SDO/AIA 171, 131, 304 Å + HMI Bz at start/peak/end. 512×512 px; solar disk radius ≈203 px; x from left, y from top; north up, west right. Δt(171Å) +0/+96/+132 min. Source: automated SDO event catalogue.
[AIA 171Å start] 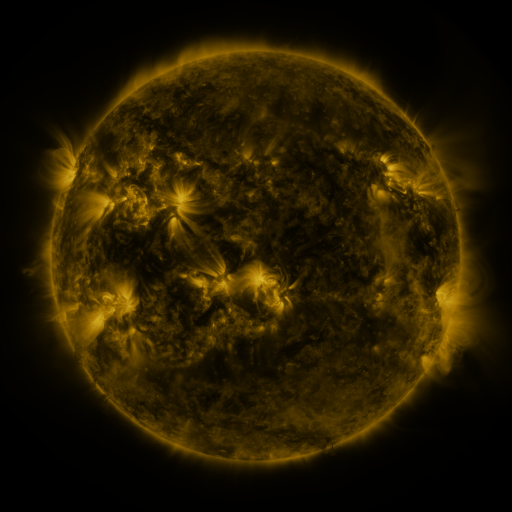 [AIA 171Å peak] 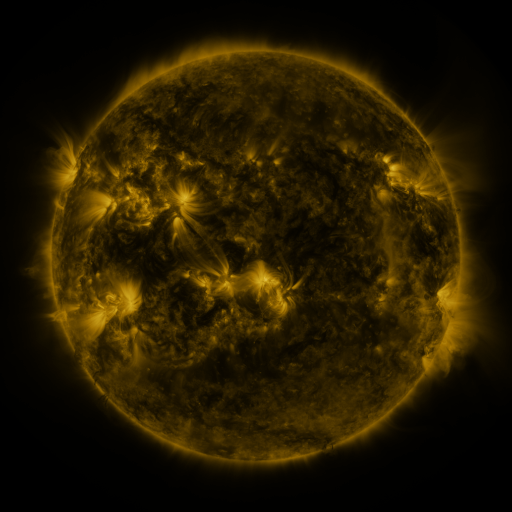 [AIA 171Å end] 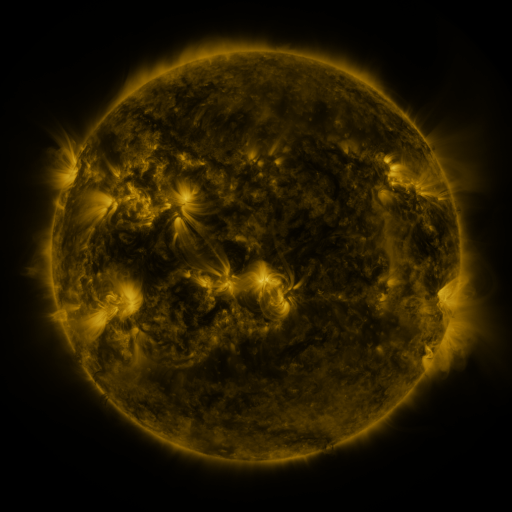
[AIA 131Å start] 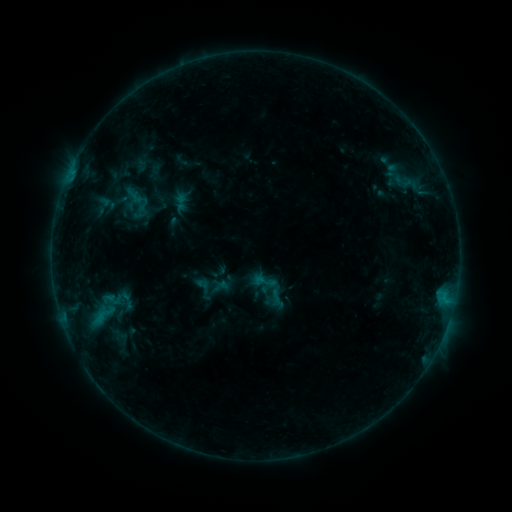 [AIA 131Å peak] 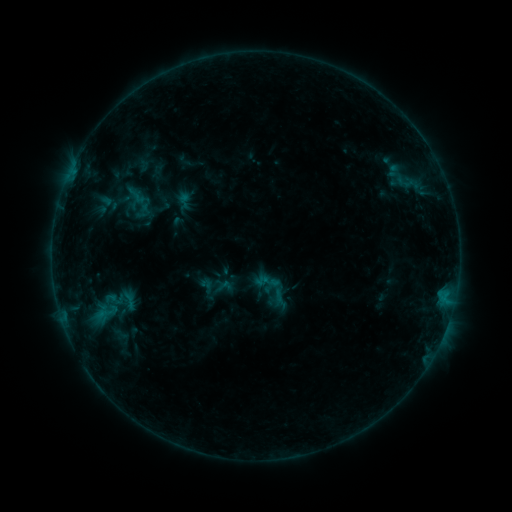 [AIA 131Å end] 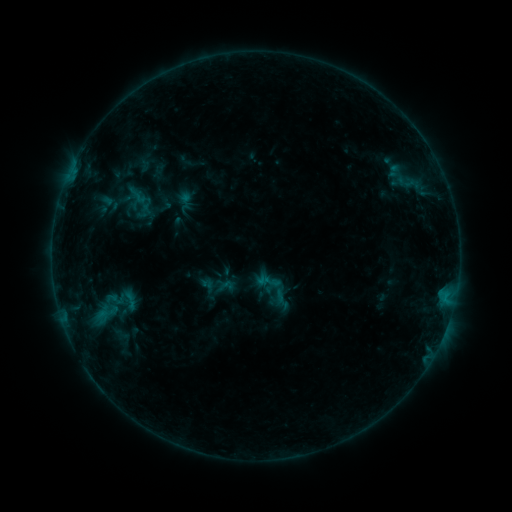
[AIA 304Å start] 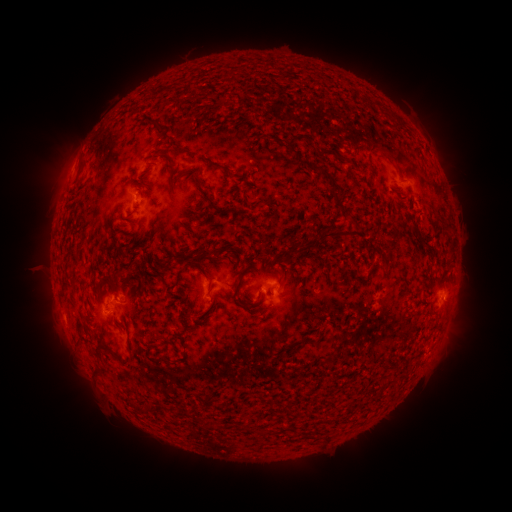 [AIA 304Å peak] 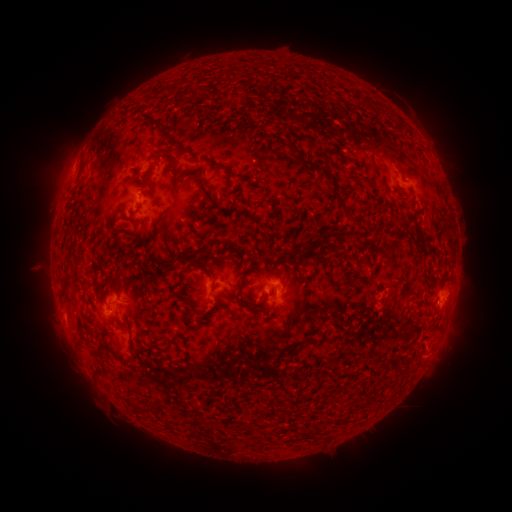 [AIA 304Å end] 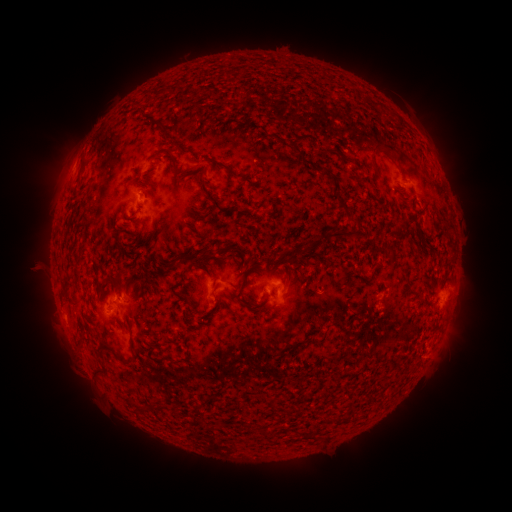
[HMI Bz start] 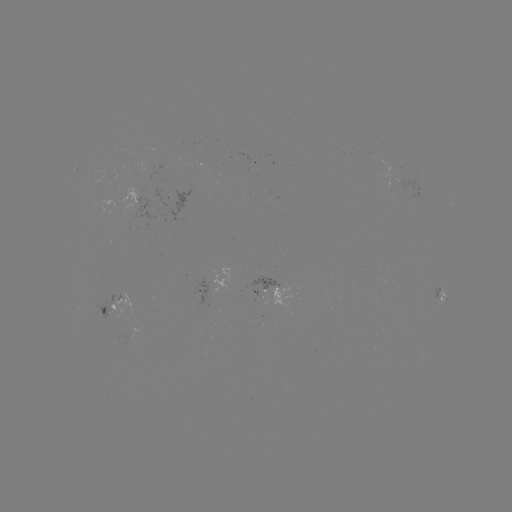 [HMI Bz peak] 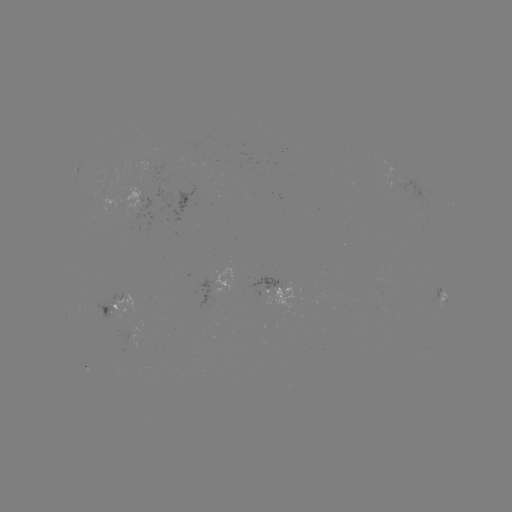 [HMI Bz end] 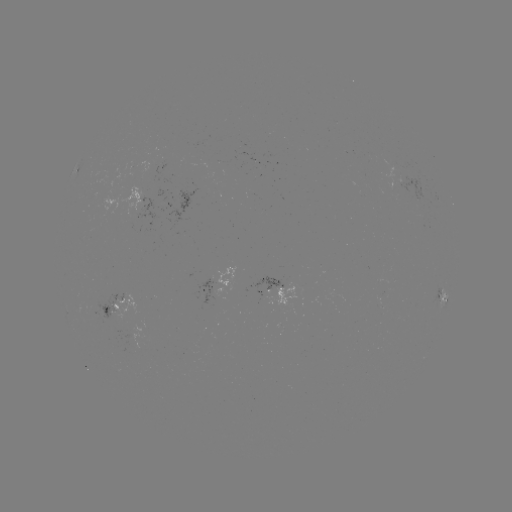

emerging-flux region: [374, 157, 403, 191]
